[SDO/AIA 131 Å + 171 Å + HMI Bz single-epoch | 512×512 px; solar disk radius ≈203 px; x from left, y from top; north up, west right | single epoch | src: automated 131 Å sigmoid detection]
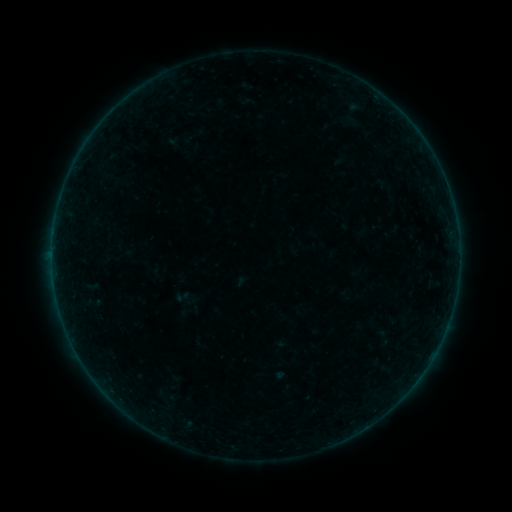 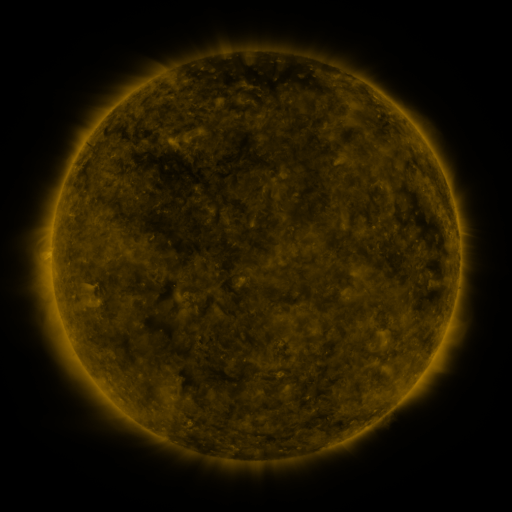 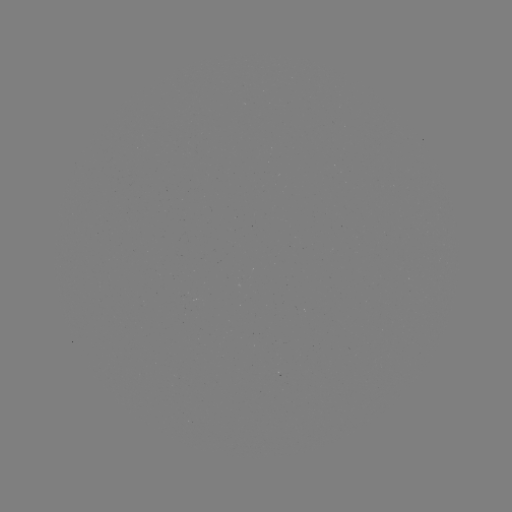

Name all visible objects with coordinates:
sigmoid: (174, 288, 191, 305)
